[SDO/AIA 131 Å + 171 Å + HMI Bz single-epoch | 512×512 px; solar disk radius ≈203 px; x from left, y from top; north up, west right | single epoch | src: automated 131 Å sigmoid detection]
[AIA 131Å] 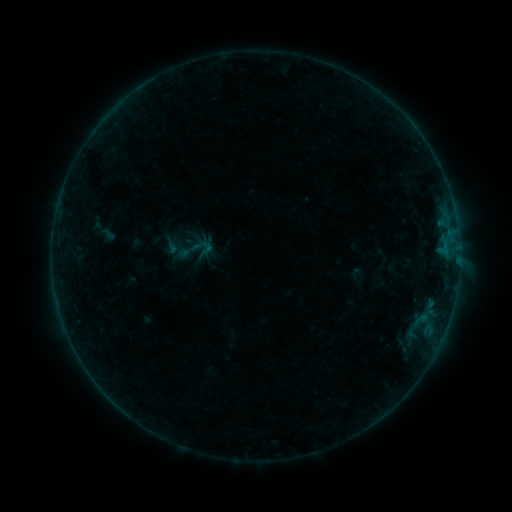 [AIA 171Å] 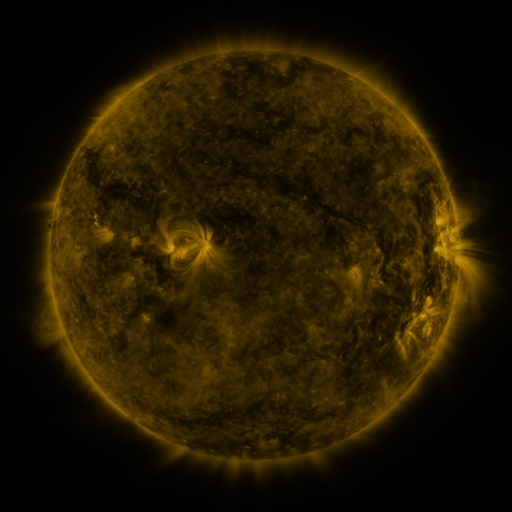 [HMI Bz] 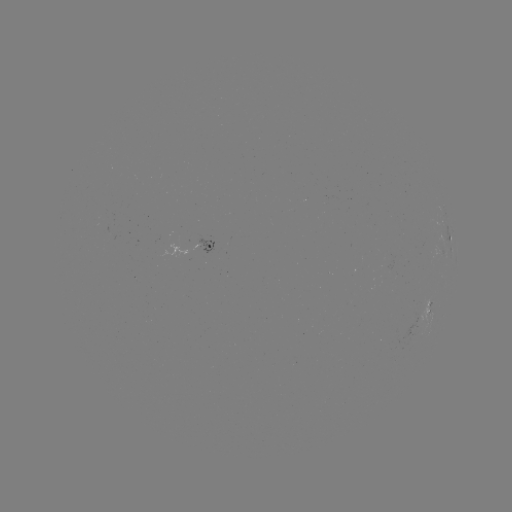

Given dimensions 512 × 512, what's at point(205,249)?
sigmoid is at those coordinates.